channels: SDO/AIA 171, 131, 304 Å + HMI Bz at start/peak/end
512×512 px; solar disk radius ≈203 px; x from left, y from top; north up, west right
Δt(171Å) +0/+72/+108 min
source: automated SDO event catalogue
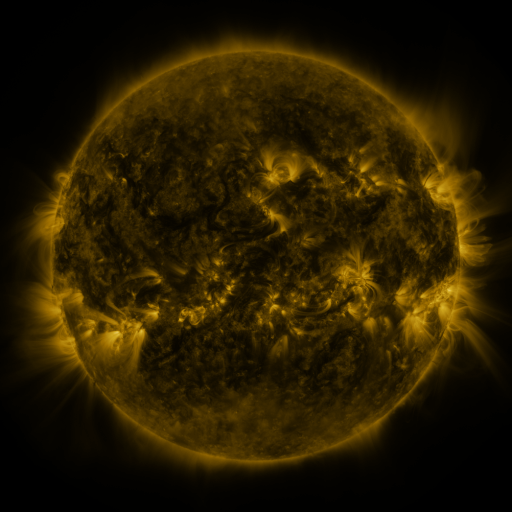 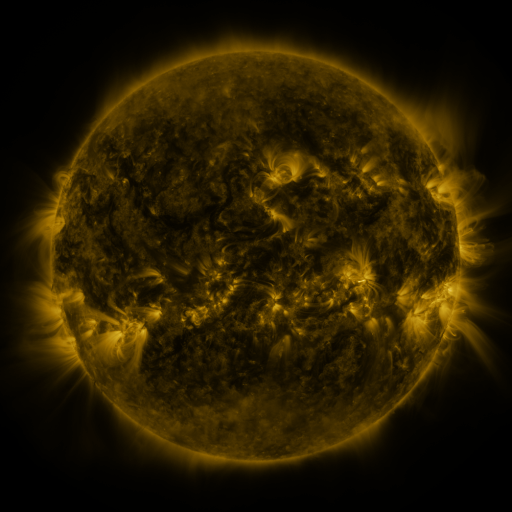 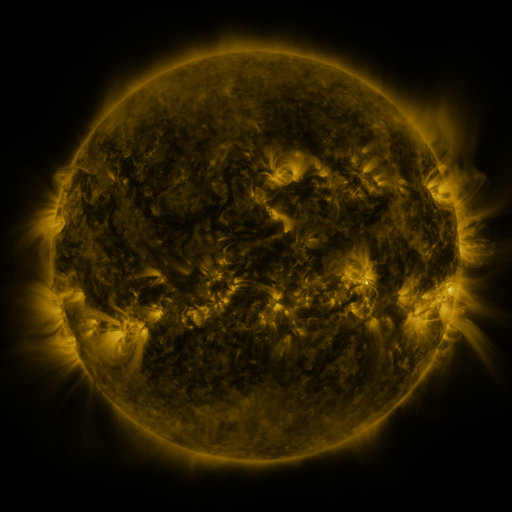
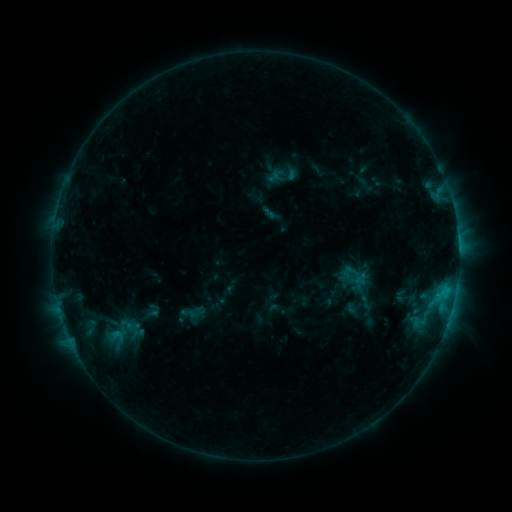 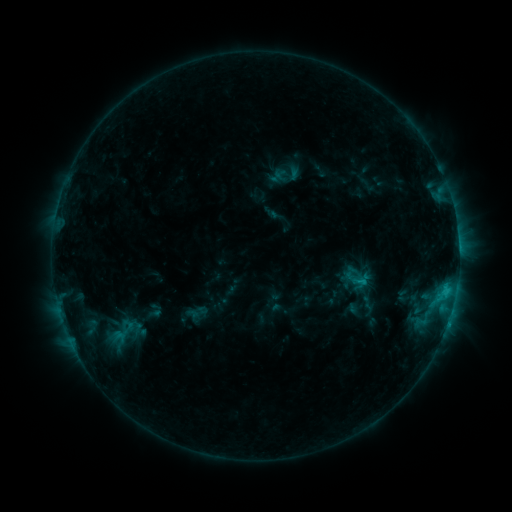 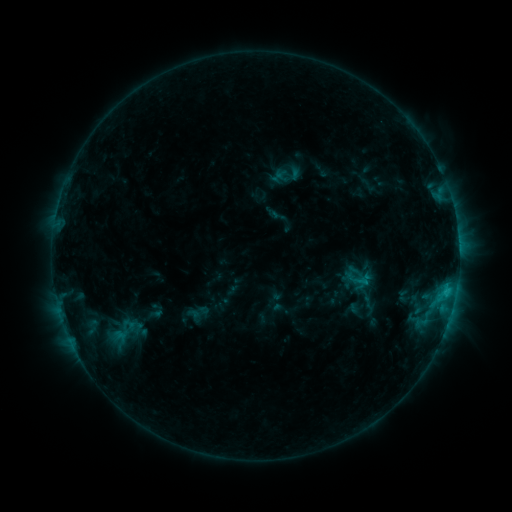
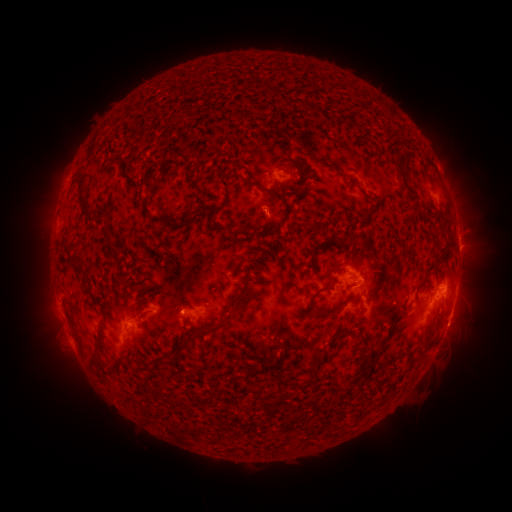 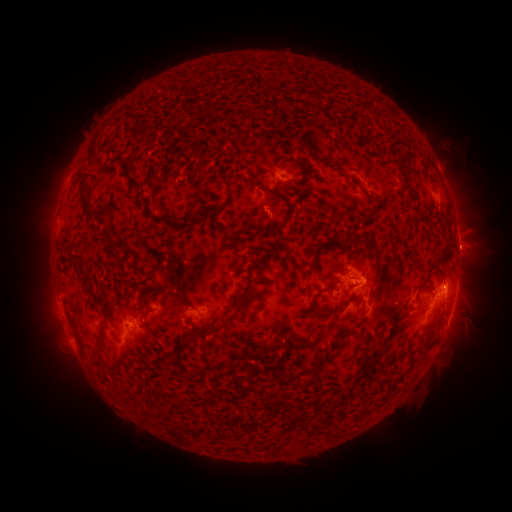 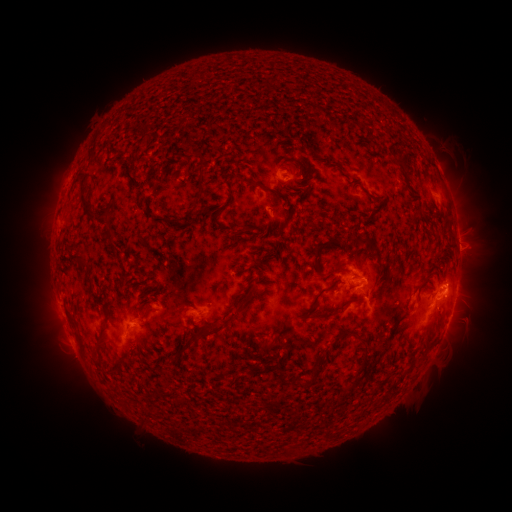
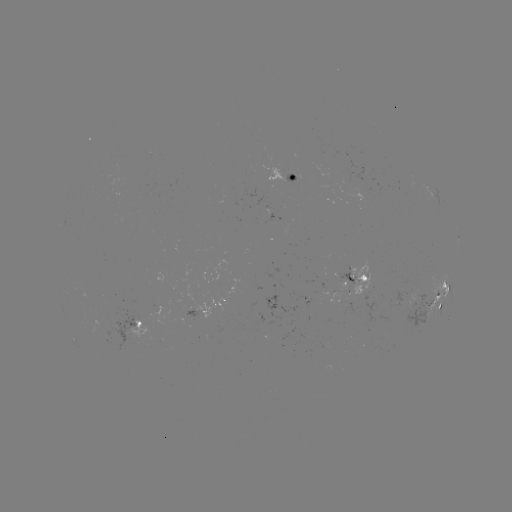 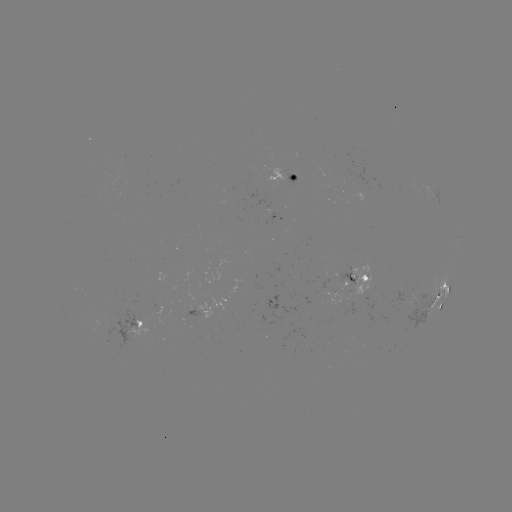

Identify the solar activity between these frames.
emerging-flux region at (406, 182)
